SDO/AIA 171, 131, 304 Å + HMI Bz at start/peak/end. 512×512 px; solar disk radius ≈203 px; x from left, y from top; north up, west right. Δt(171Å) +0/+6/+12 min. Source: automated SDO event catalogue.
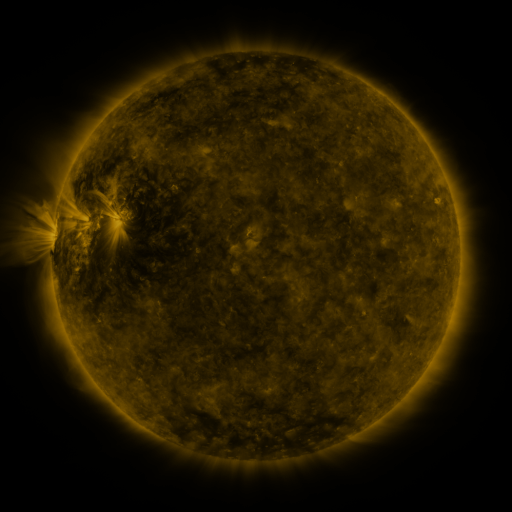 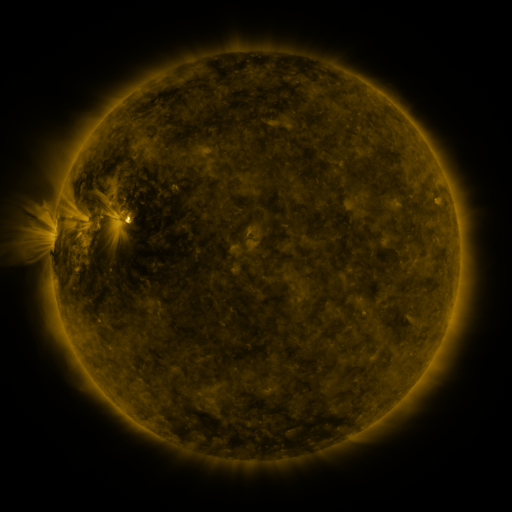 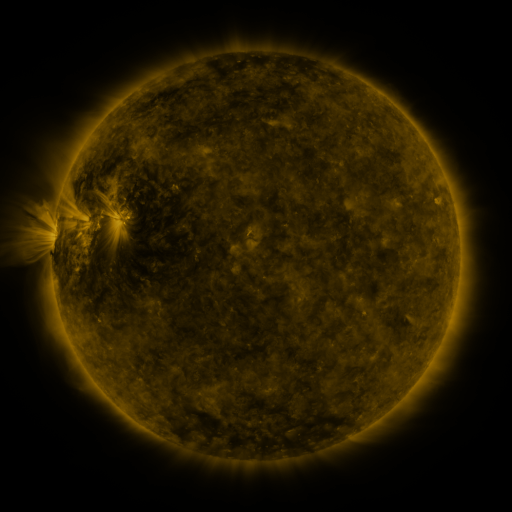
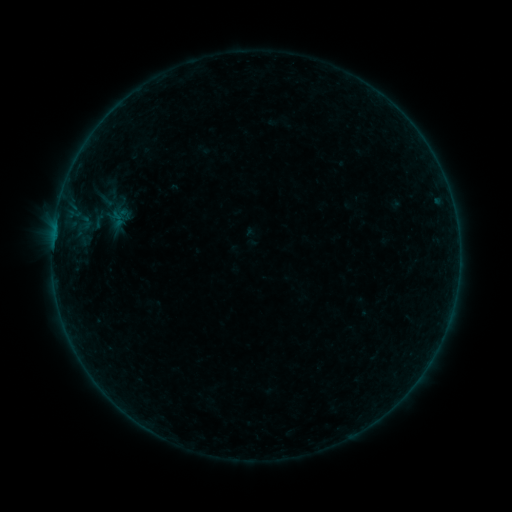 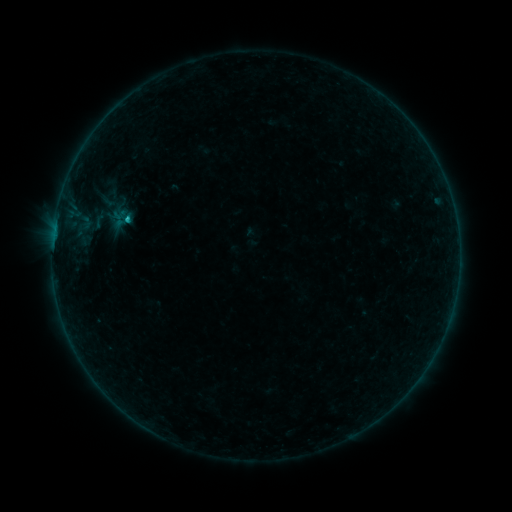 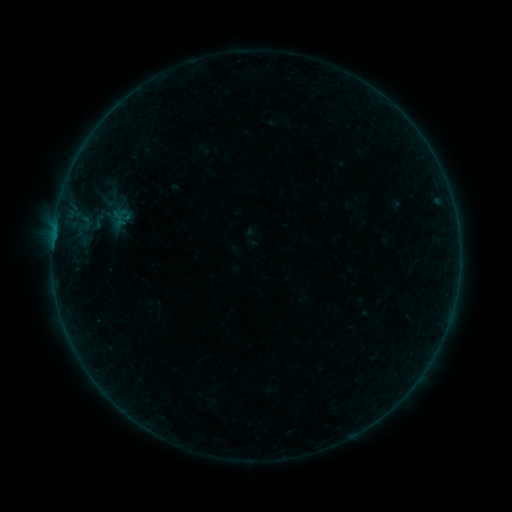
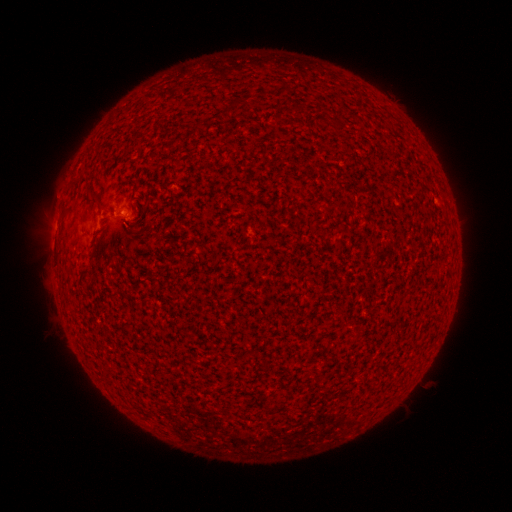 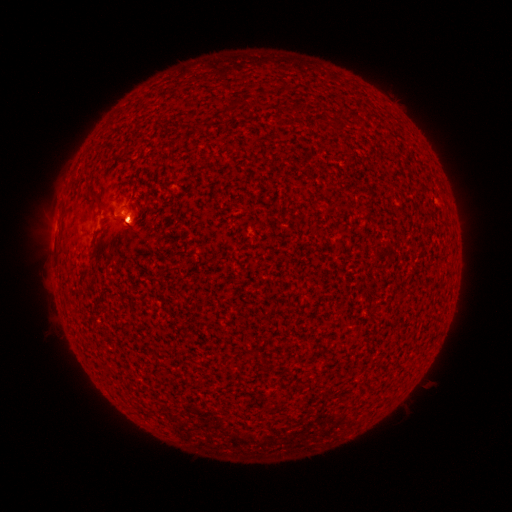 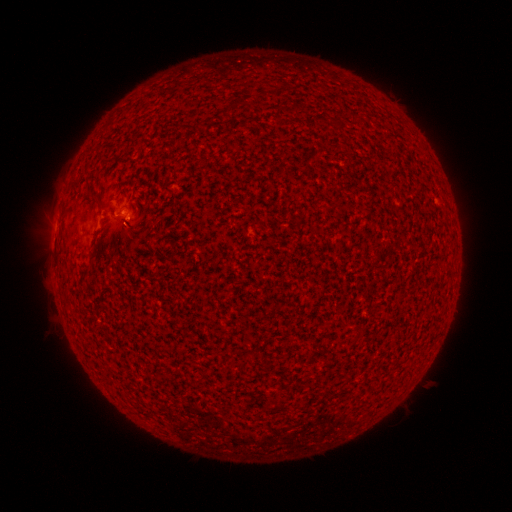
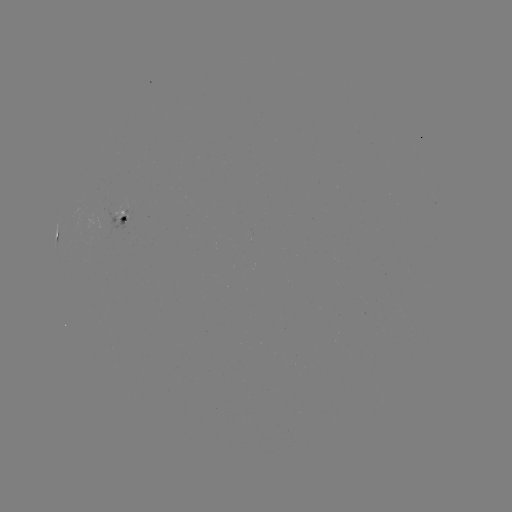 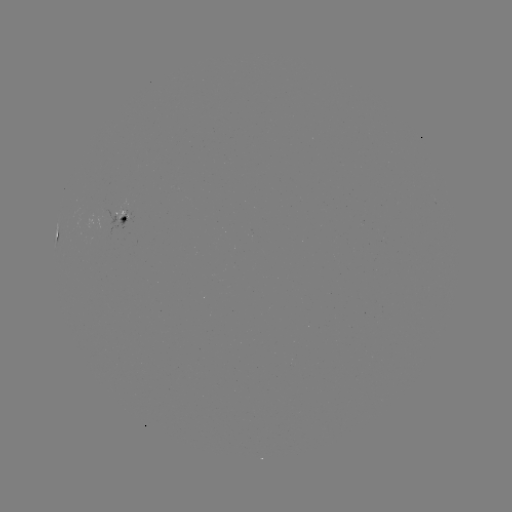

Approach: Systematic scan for B3.4 flare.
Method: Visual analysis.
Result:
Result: B3.4 flare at [128, 221].